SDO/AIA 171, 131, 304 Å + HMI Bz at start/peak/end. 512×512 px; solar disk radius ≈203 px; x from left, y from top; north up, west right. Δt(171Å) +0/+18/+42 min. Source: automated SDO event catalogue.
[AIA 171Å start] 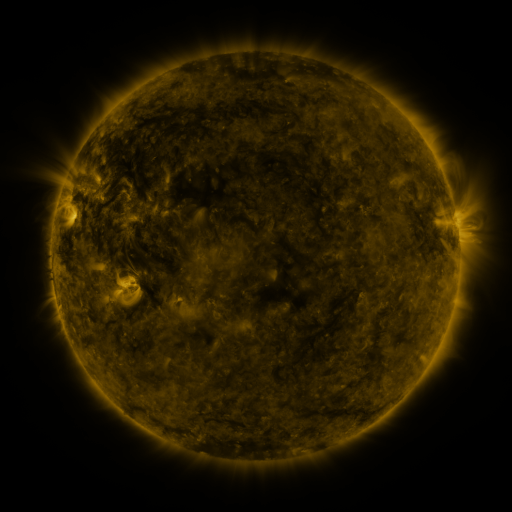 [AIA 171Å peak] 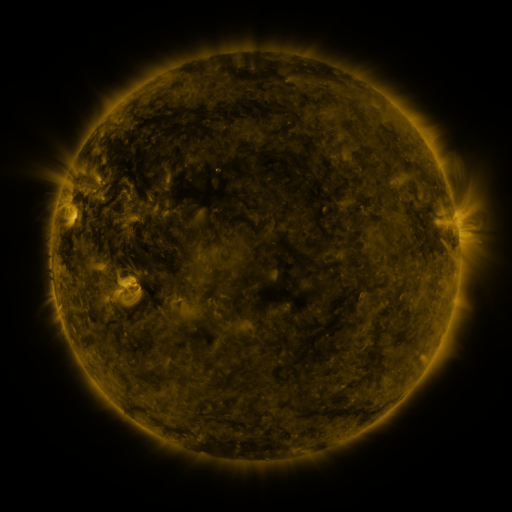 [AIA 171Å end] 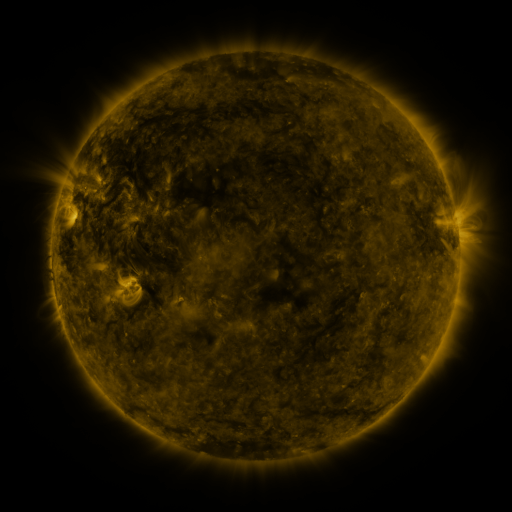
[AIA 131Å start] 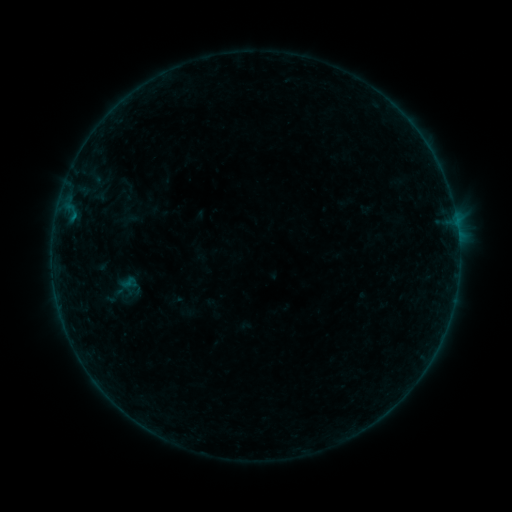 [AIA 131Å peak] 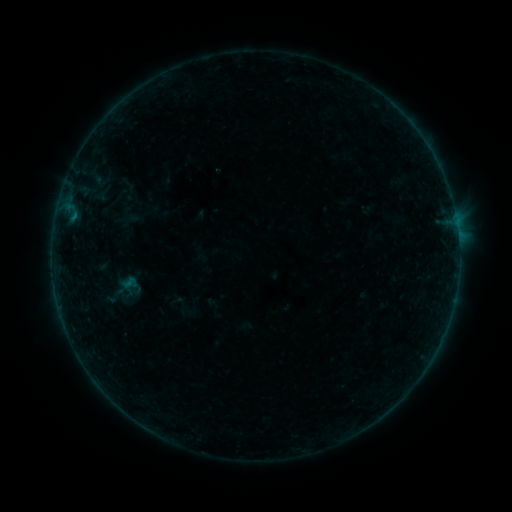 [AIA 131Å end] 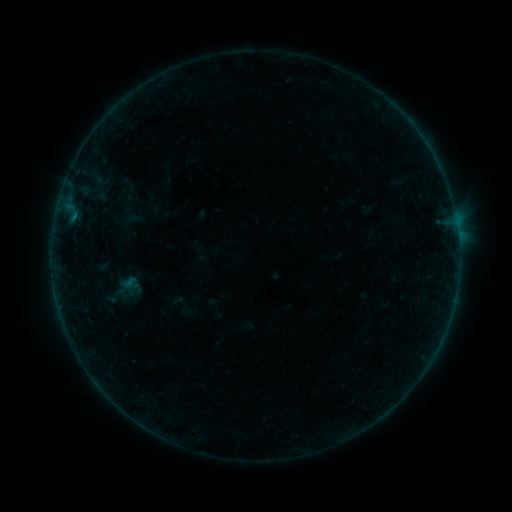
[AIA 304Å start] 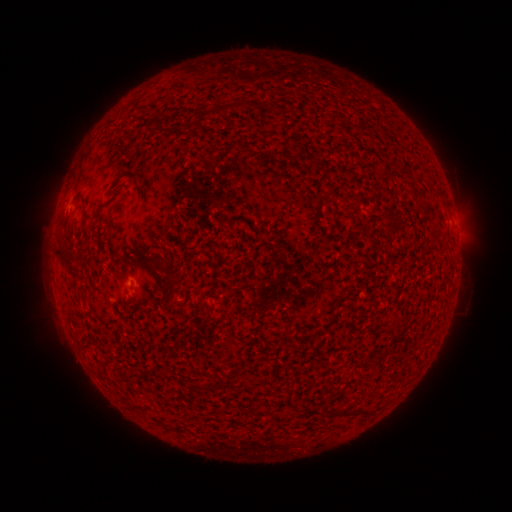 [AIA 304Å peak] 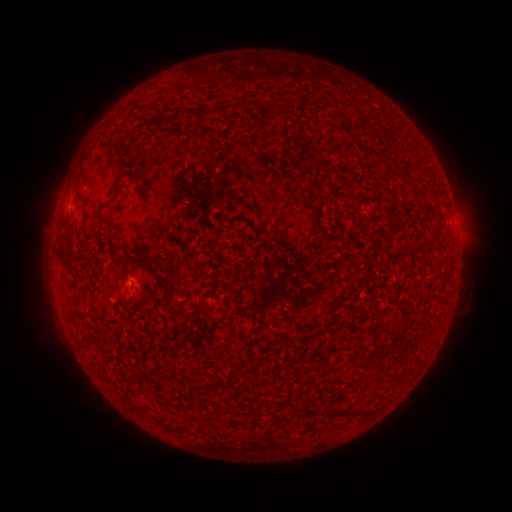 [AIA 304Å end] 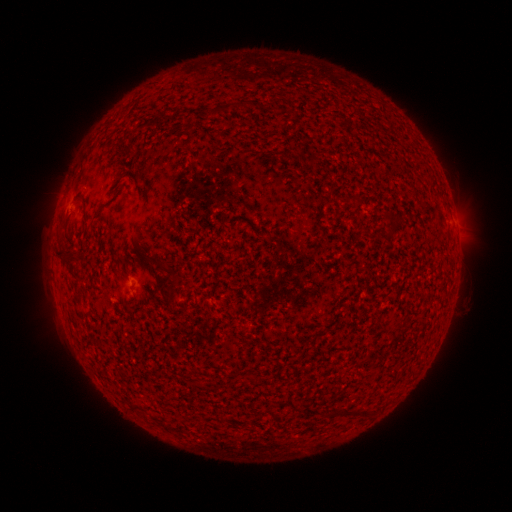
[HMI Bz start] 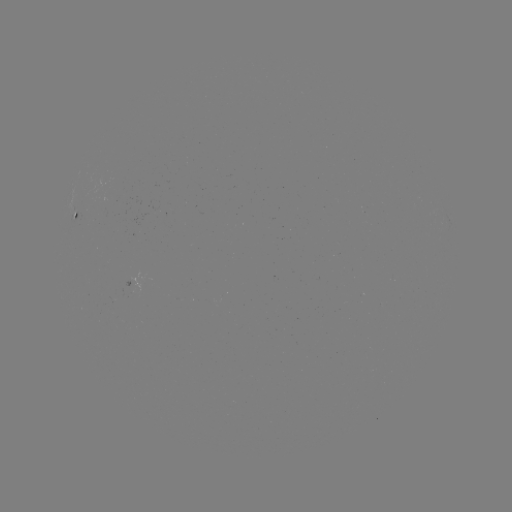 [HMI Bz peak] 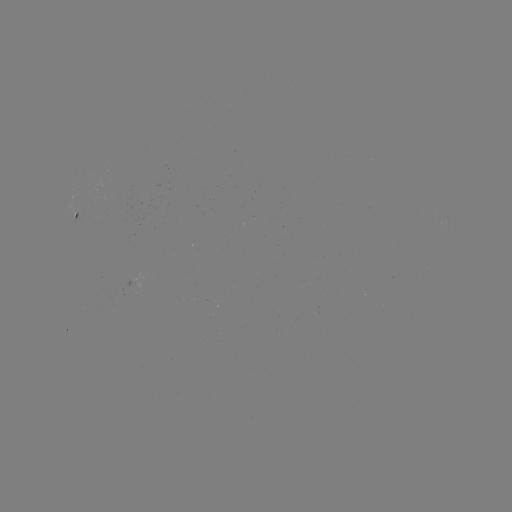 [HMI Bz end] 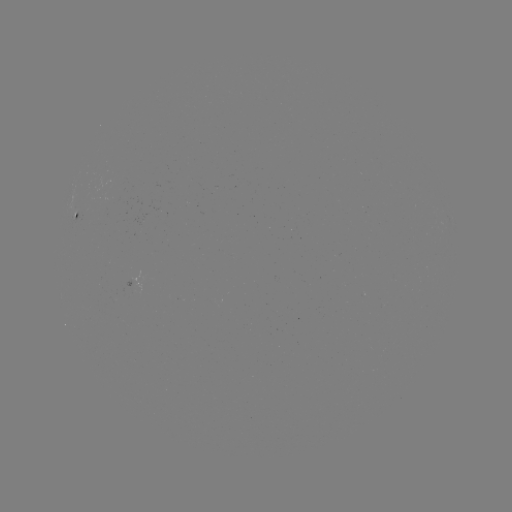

no flare in any classed list; no EUV-trigger detection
